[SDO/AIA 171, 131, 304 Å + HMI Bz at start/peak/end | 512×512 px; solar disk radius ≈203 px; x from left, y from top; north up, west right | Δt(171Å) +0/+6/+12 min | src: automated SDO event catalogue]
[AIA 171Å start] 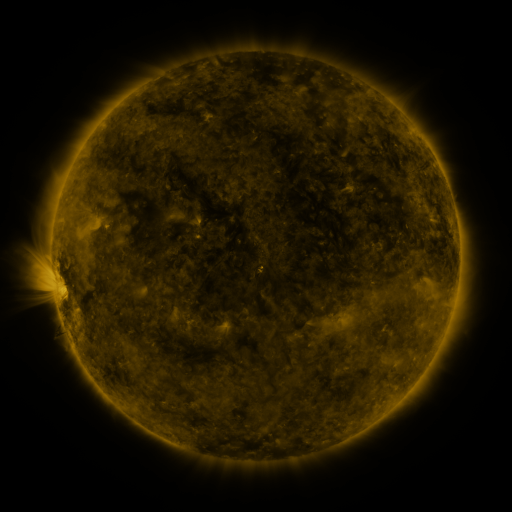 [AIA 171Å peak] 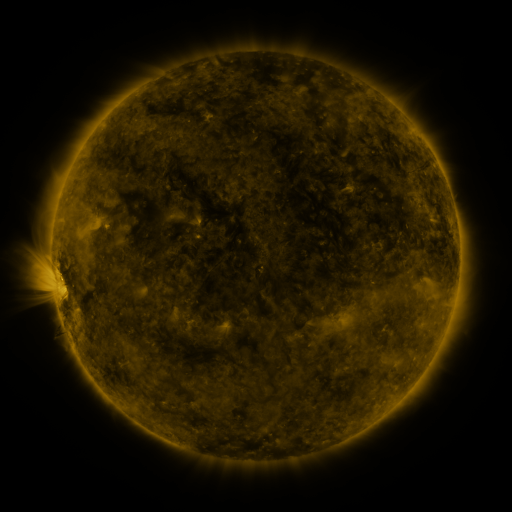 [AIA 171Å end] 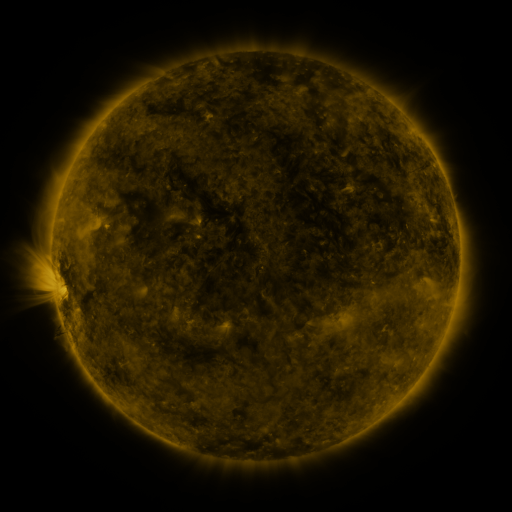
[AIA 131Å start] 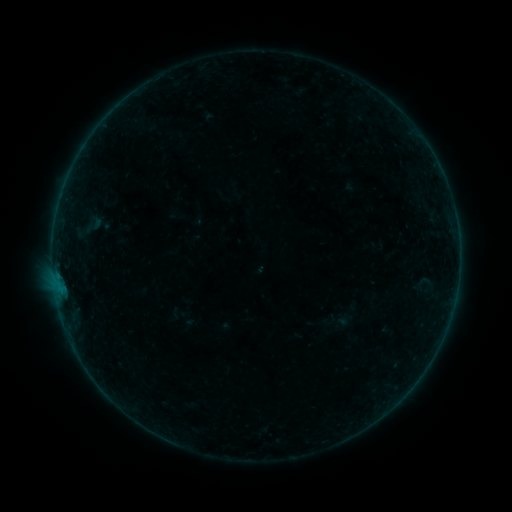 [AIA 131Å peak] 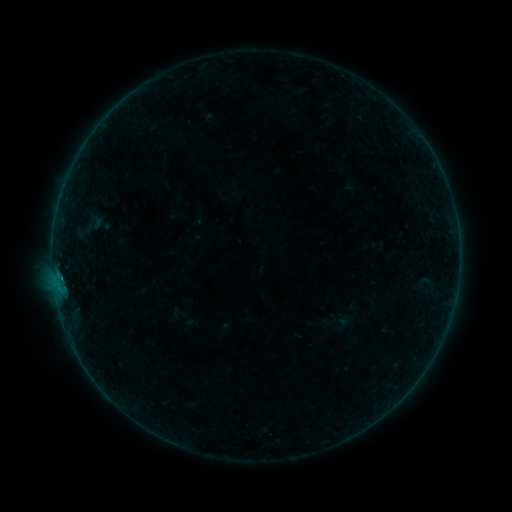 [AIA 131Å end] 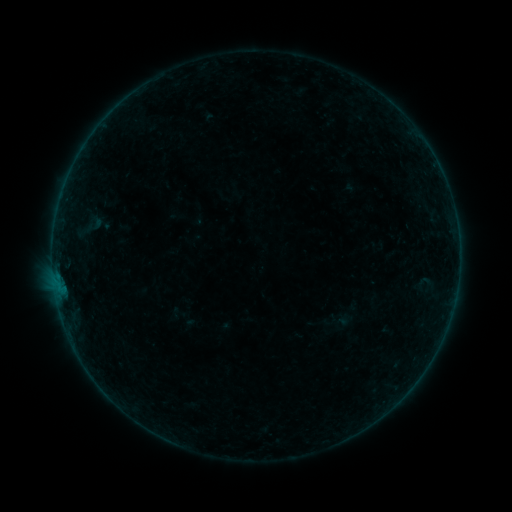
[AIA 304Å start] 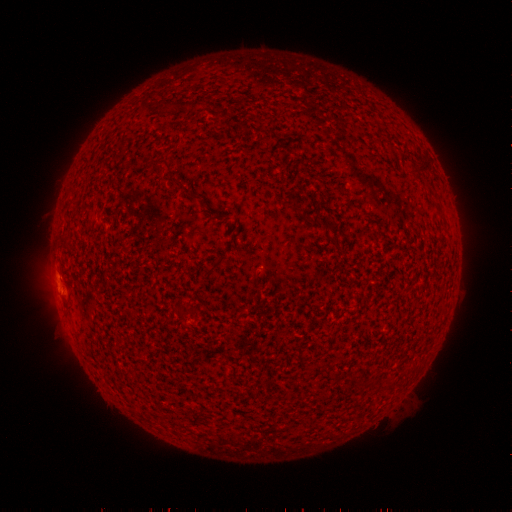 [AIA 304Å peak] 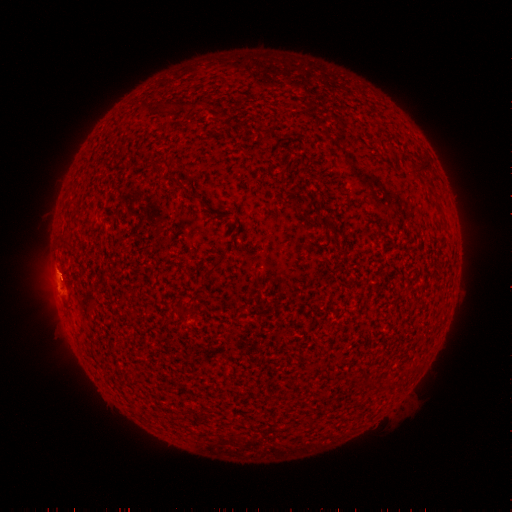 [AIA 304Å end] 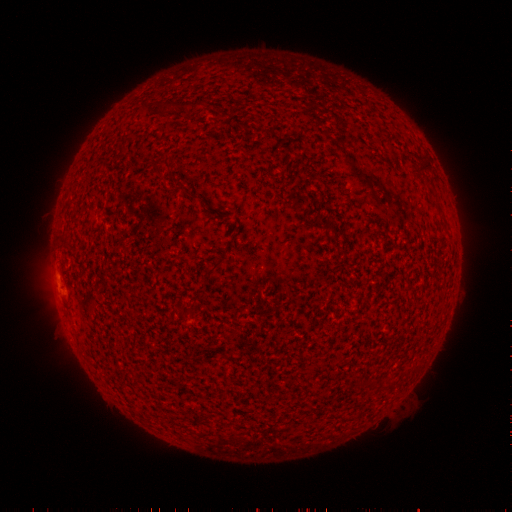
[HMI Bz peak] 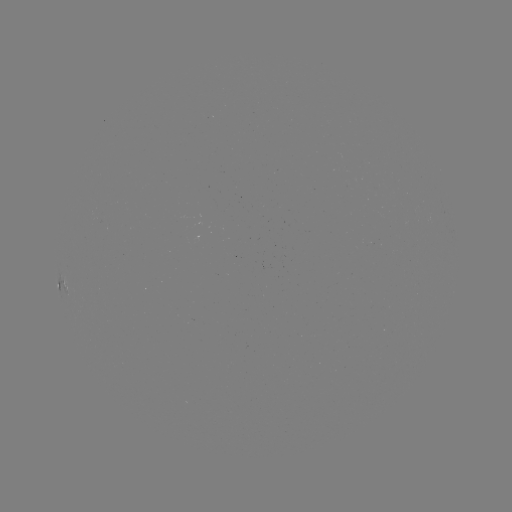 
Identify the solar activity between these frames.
B1.4 flare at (62, 276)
